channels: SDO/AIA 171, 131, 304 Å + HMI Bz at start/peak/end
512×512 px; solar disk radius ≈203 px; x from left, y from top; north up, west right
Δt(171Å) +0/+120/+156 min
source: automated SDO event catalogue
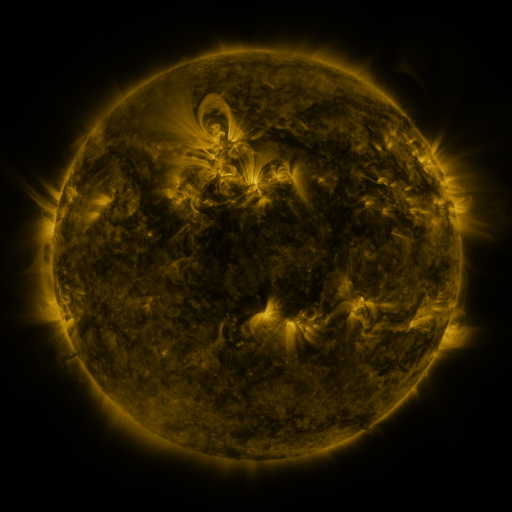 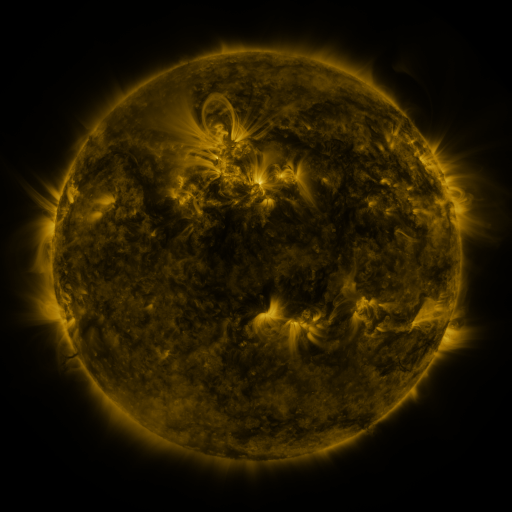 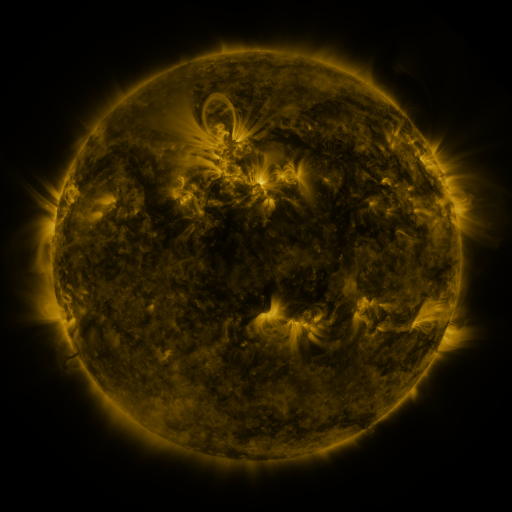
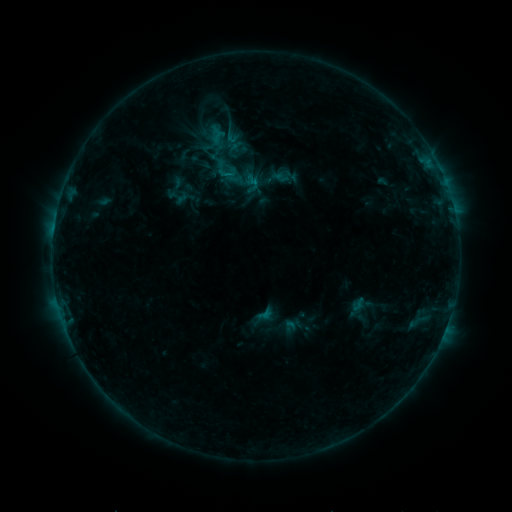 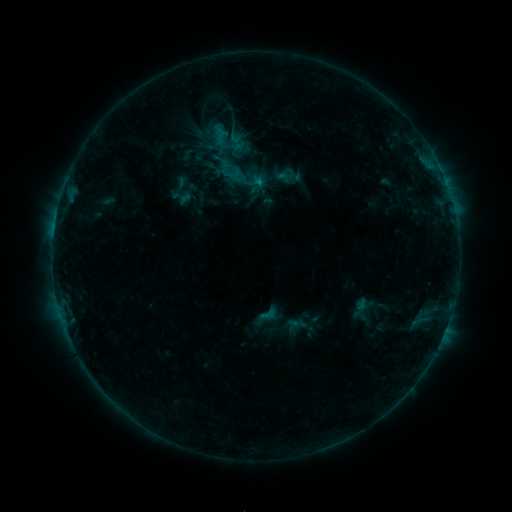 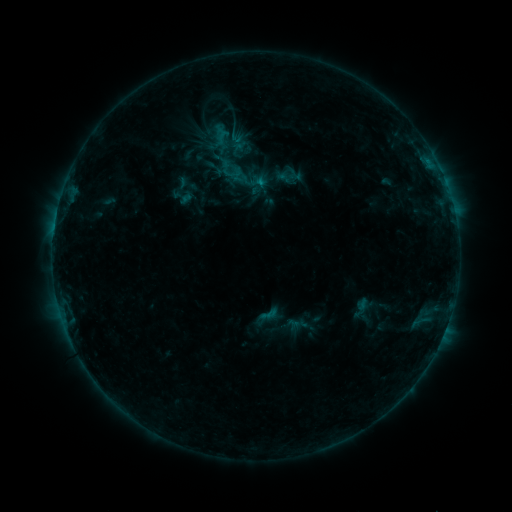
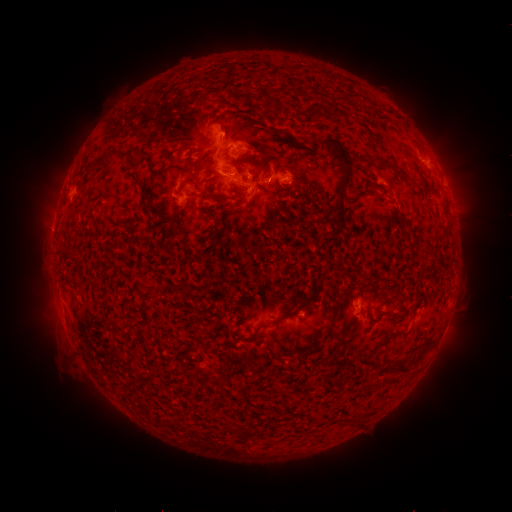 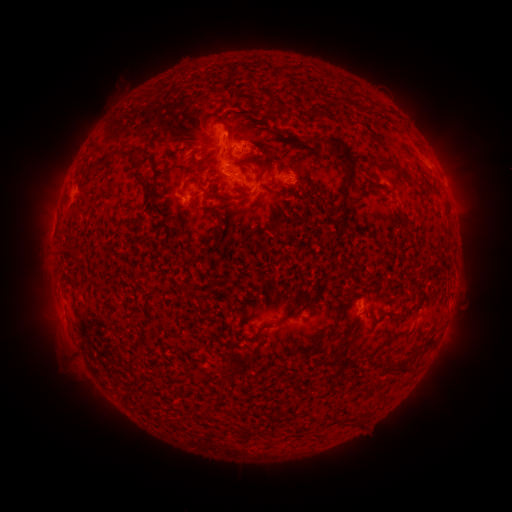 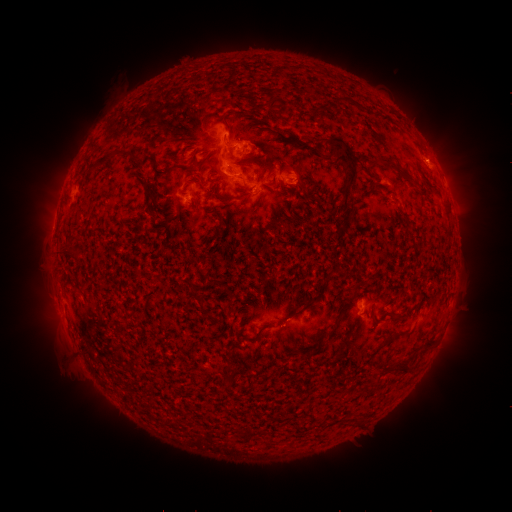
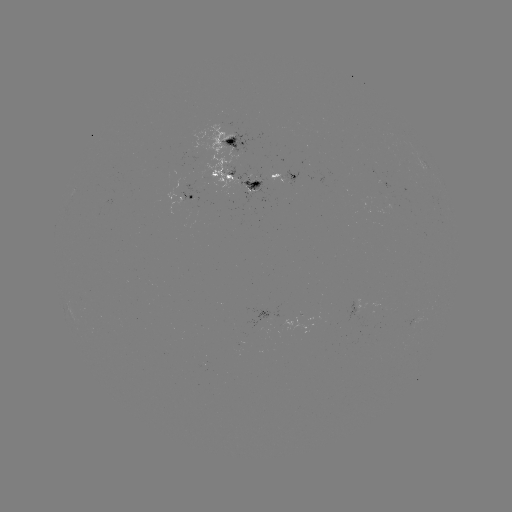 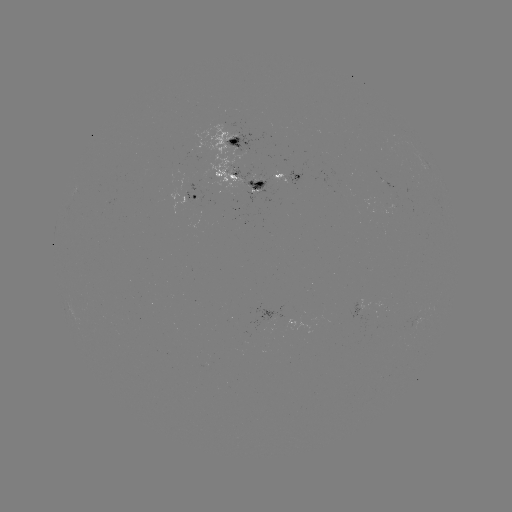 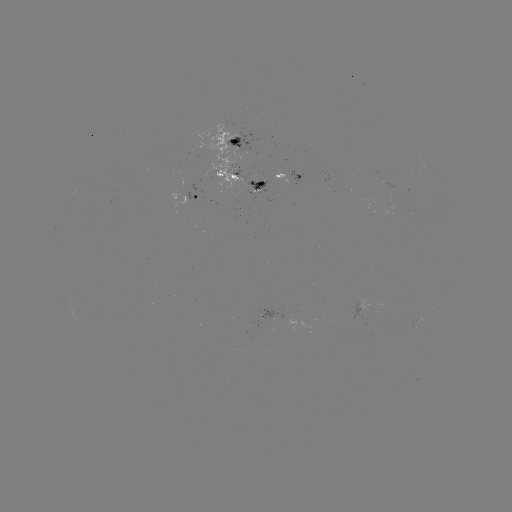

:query emerging-flux region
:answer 383,307